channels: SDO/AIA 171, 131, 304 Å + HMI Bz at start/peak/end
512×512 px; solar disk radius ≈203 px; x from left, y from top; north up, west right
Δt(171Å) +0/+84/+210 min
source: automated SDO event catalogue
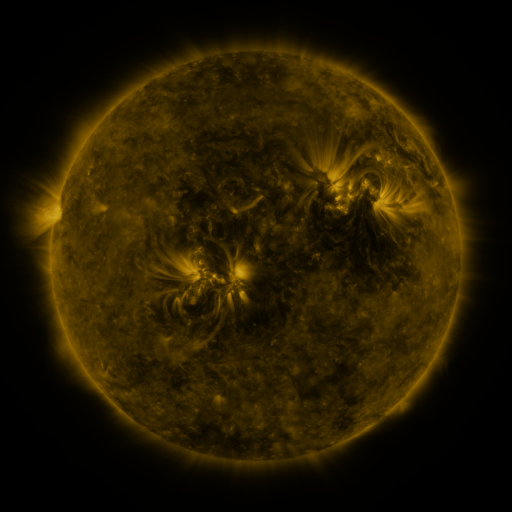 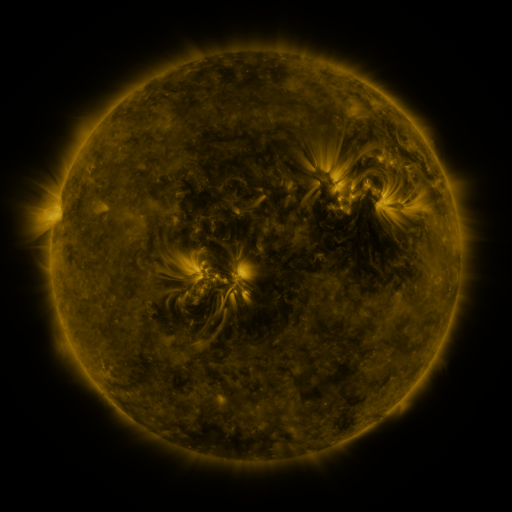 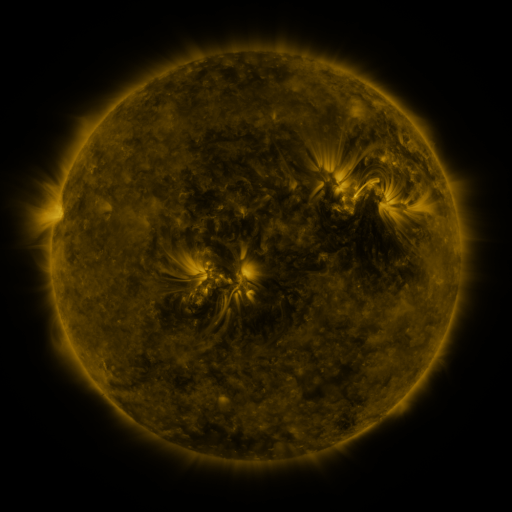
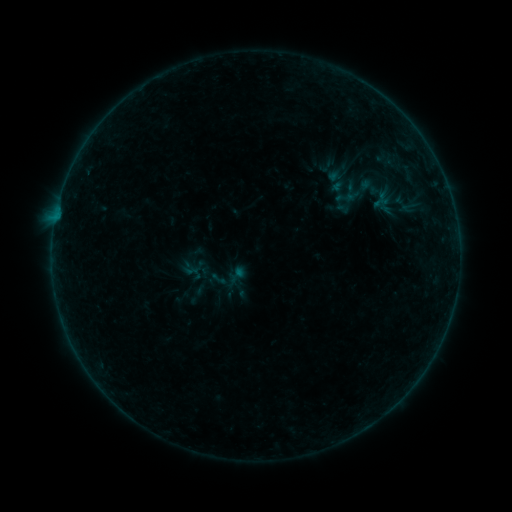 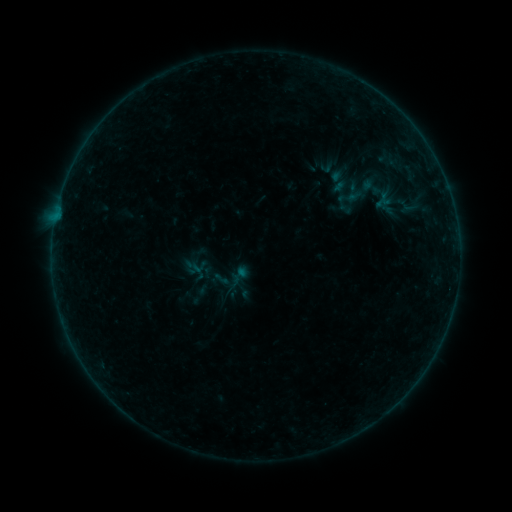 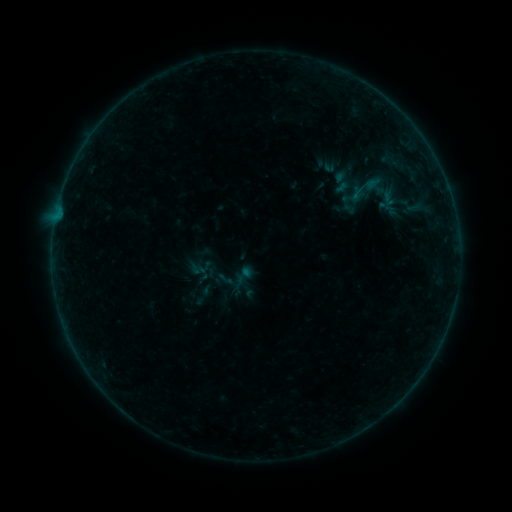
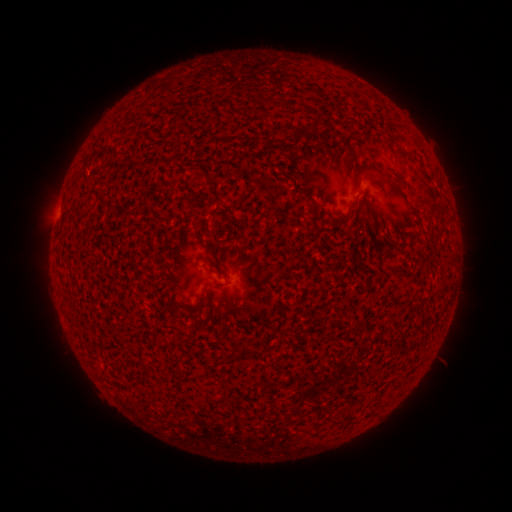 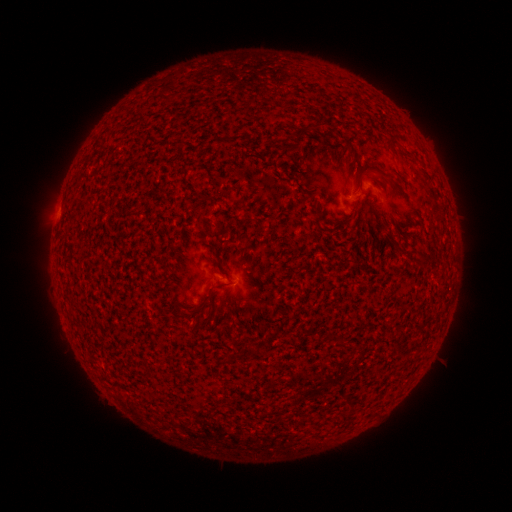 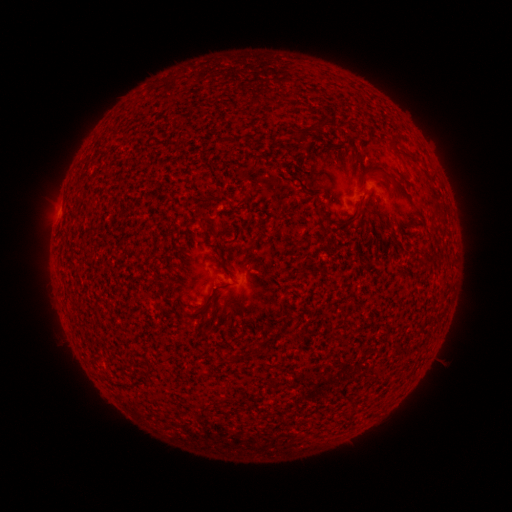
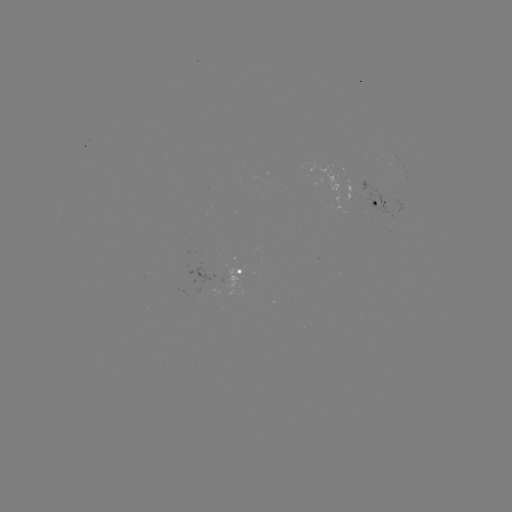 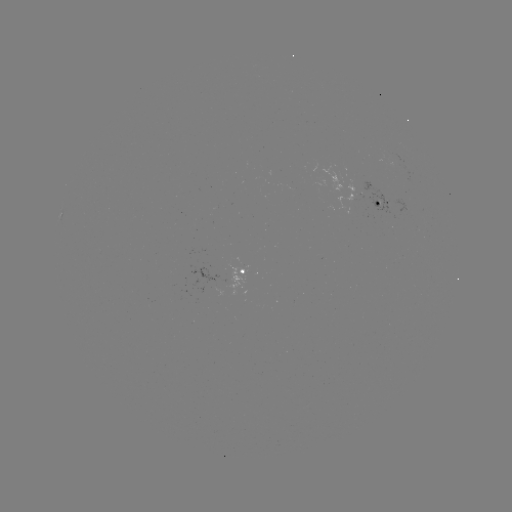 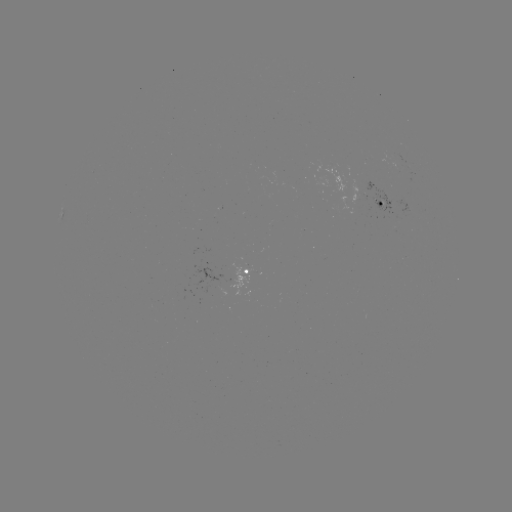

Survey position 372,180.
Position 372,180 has B1.6 flare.